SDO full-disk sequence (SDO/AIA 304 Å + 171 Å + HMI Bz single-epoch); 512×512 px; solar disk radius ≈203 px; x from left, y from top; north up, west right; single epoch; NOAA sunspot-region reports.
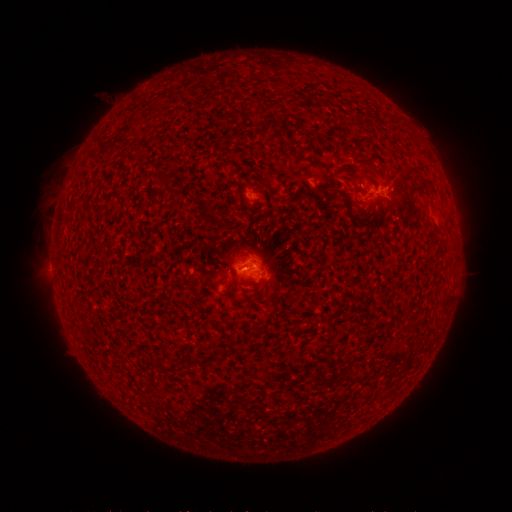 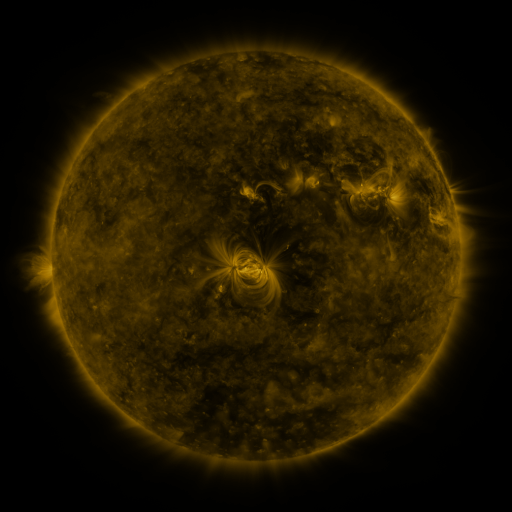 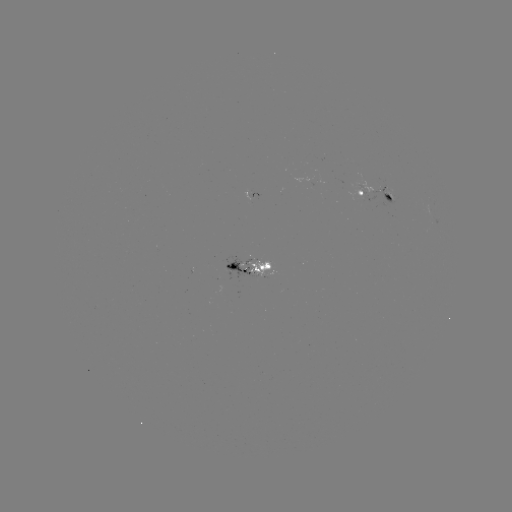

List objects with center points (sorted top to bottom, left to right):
spotted active region: (252, 194)
spotted active region: (375, 195)
spotted active region: (252, 268)
